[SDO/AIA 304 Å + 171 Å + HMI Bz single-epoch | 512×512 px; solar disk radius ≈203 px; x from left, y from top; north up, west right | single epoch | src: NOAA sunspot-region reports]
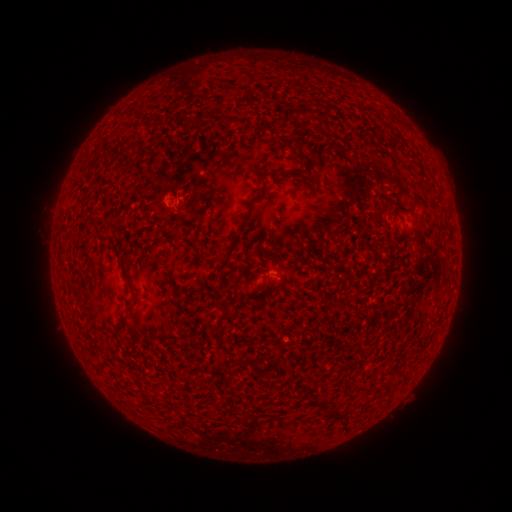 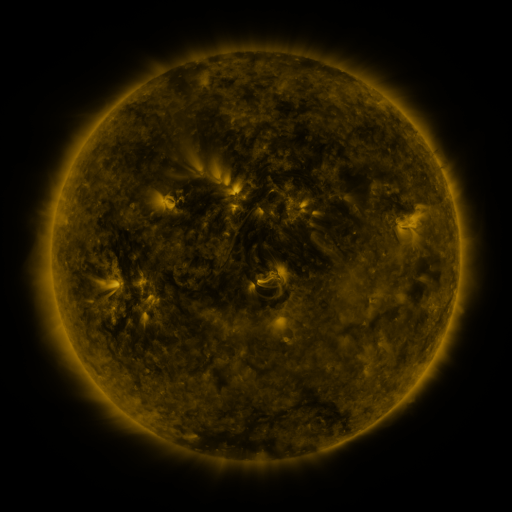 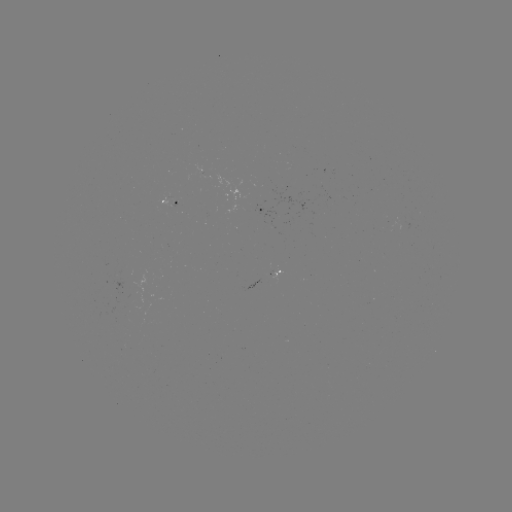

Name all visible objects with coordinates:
spotted active region: (169, 200)
spotted active region: (276, 210)
spotted active region: (273, 274)
